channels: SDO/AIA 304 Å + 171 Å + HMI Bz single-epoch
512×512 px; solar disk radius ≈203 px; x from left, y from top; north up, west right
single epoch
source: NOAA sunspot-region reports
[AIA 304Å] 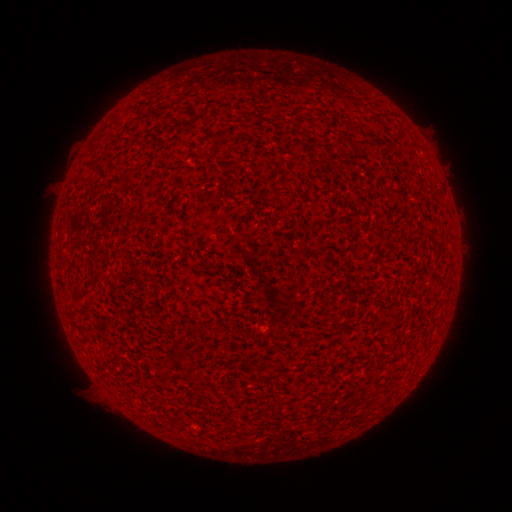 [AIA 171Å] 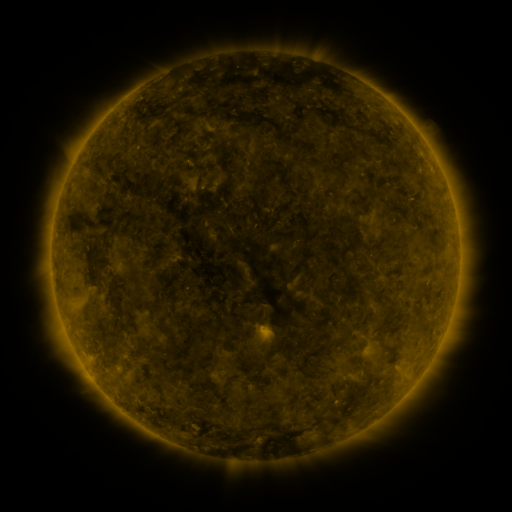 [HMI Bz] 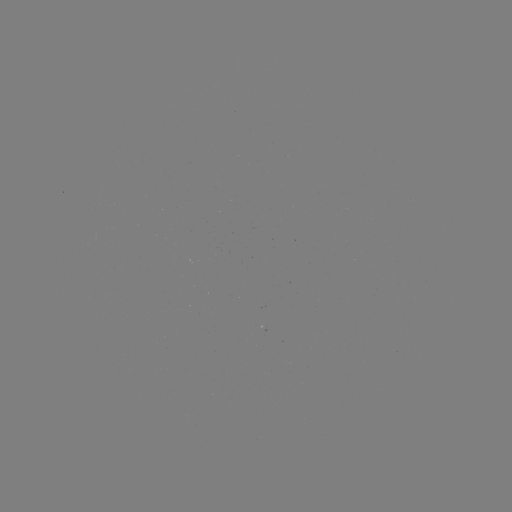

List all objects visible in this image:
(none)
